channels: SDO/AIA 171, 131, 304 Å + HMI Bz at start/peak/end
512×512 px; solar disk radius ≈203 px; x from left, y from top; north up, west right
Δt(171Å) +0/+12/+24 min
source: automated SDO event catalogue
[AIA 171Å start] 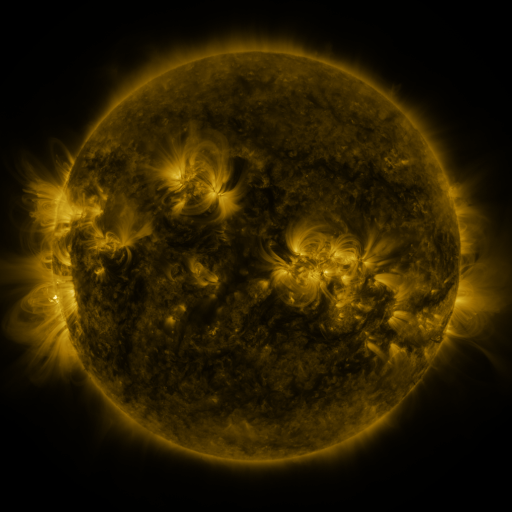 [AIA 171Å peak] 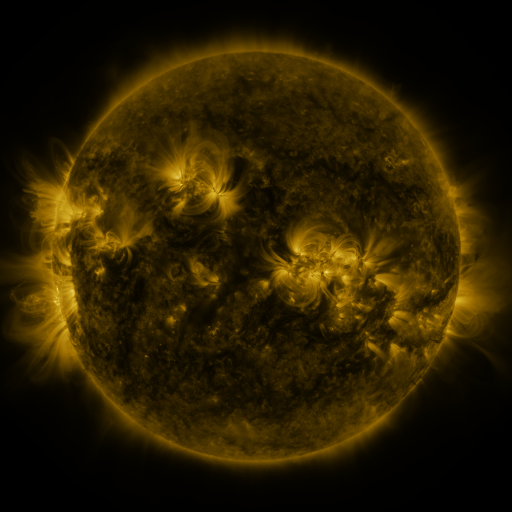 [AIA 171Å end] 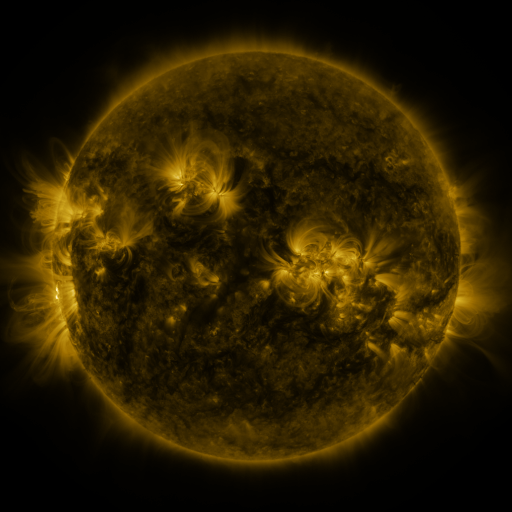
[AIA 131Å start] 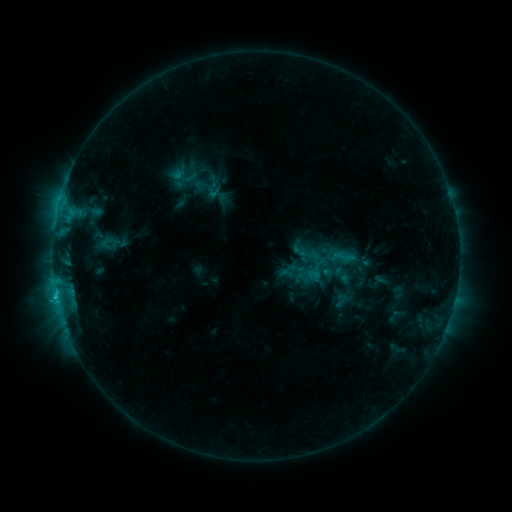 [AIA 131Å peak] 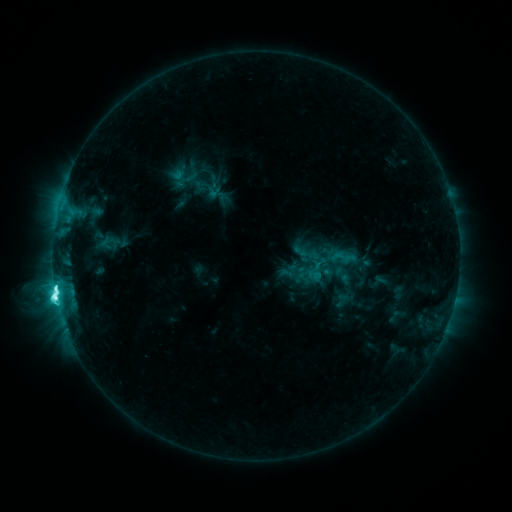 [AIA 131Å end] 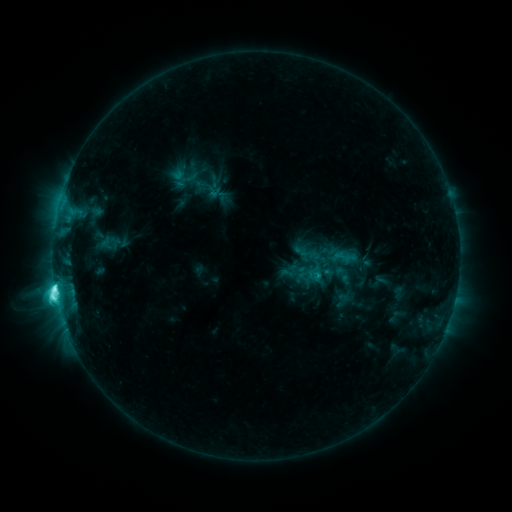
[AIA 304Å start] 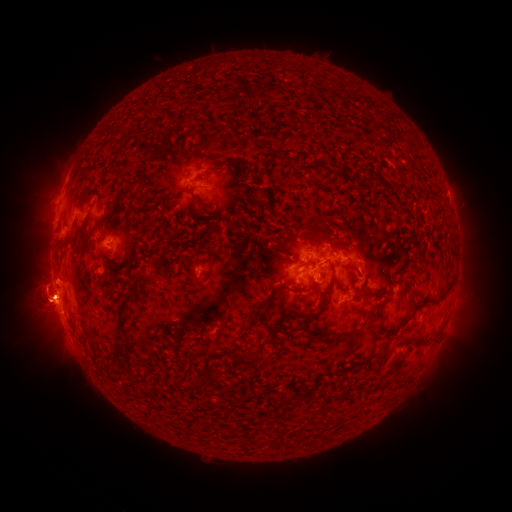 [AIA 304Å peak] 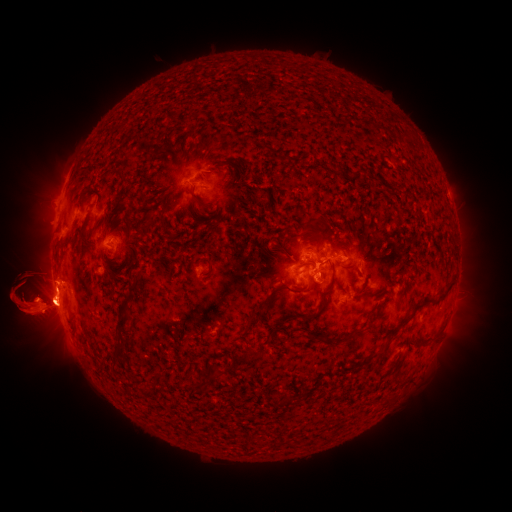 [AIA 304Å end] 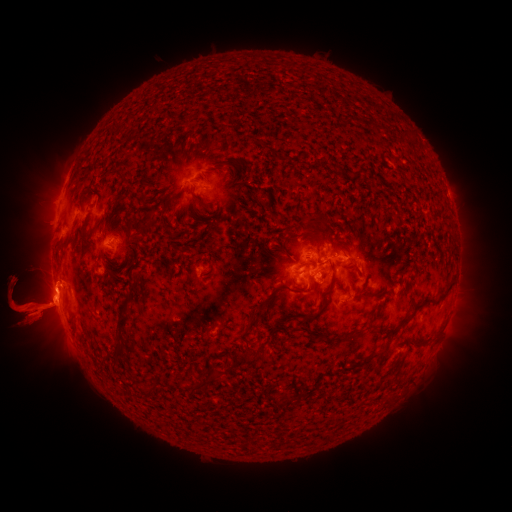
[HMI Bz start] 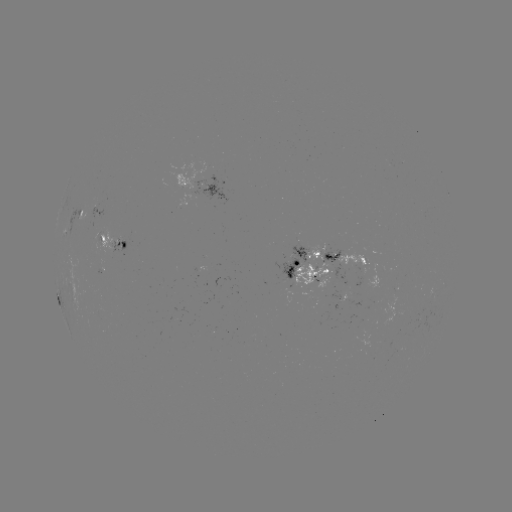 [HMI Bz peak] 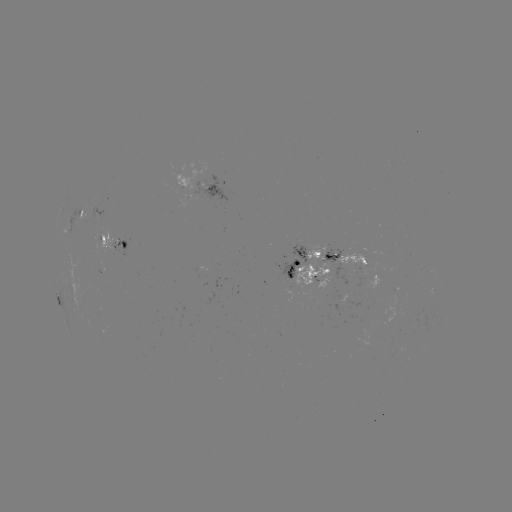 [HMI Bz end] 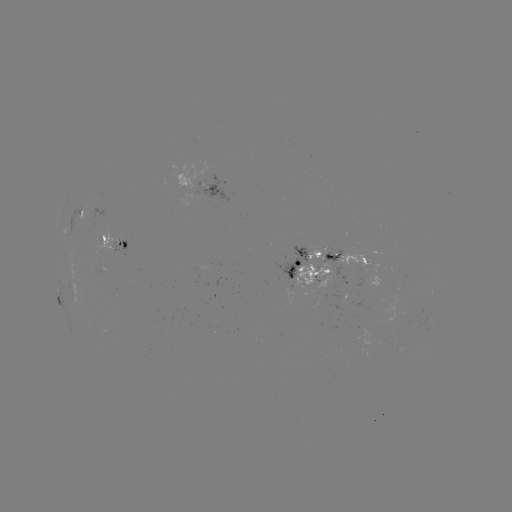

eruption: (436, 241, 511, 362)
